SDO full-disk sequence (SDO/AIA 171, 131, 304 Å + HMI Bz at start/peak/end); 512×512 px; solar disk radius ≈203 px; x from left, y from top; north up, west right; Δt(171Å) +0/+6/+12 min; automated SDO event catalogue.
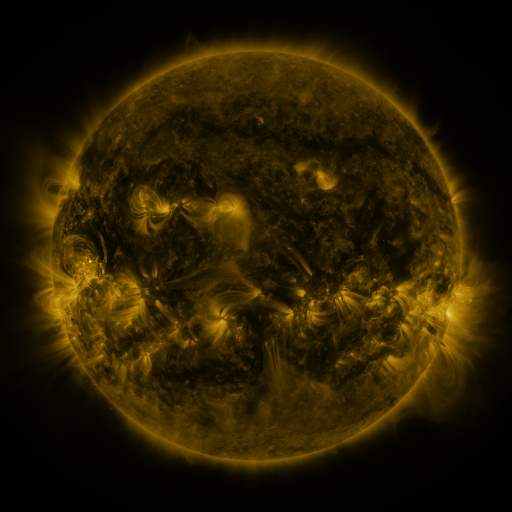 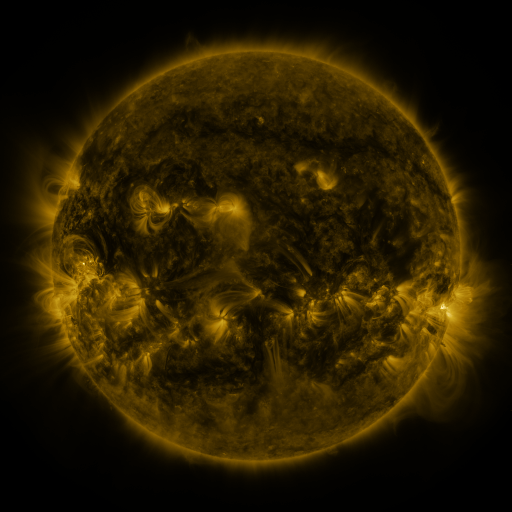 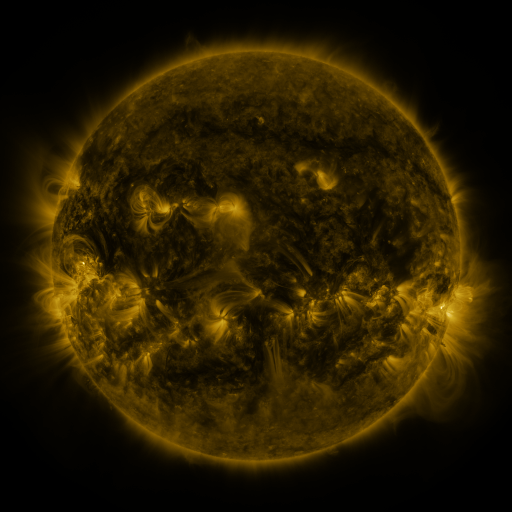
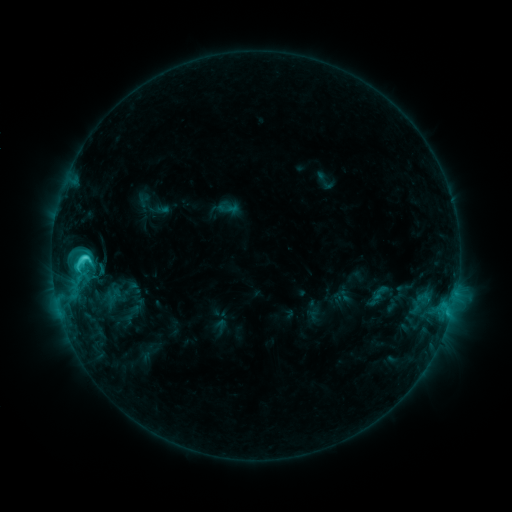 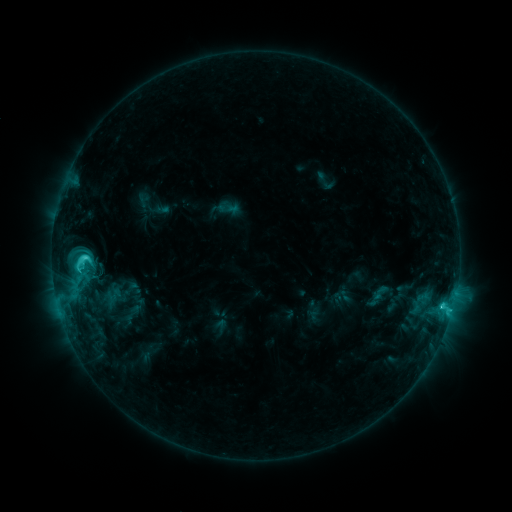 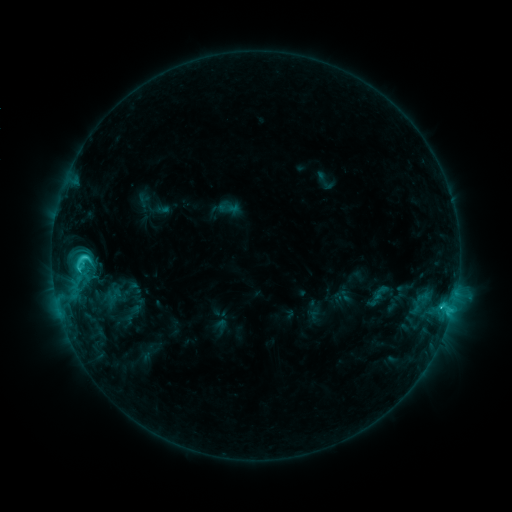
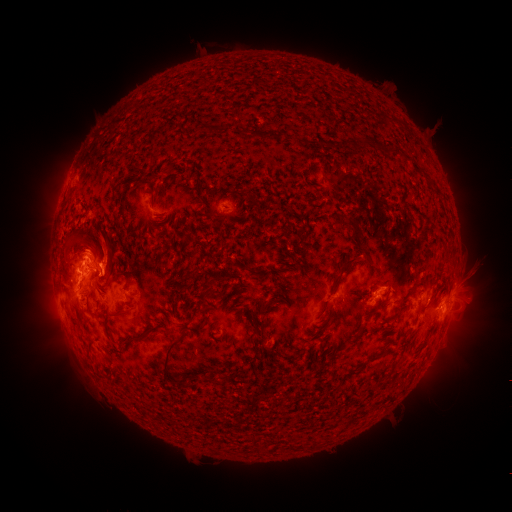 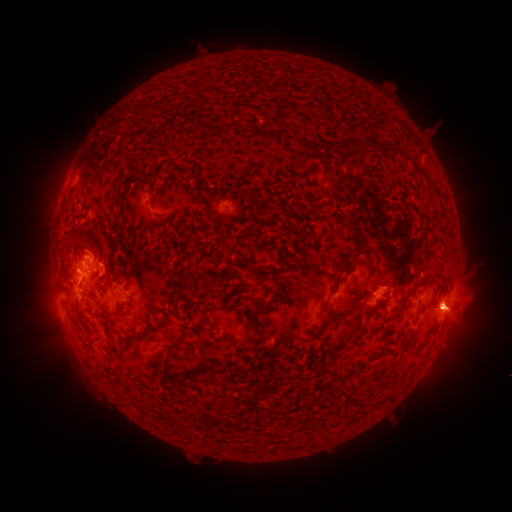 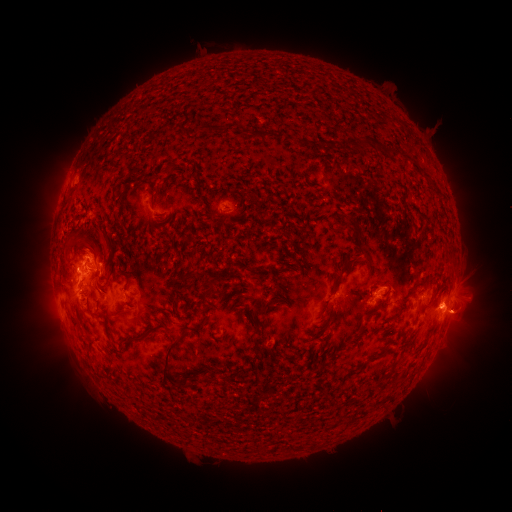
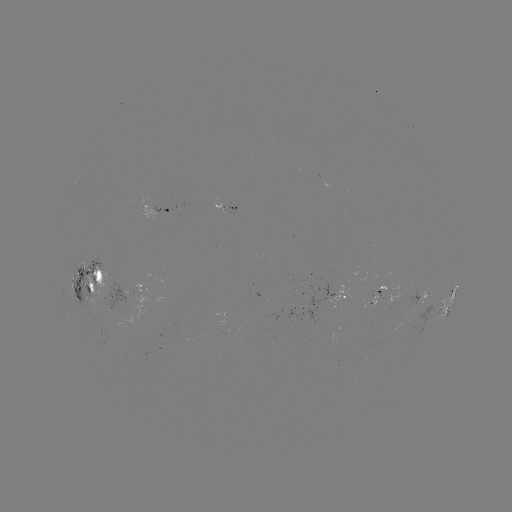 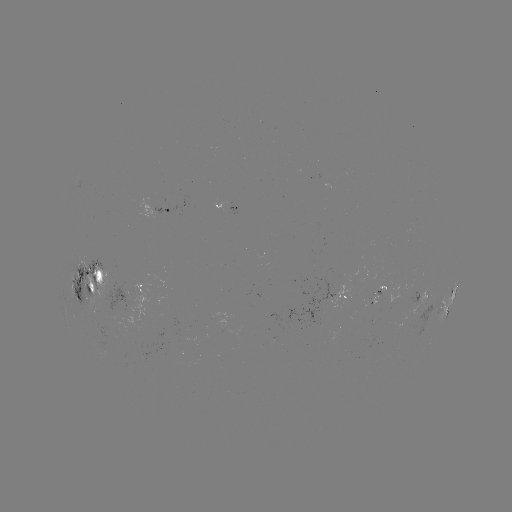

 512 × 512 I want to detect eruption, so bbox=[424, 228, 497, 398].